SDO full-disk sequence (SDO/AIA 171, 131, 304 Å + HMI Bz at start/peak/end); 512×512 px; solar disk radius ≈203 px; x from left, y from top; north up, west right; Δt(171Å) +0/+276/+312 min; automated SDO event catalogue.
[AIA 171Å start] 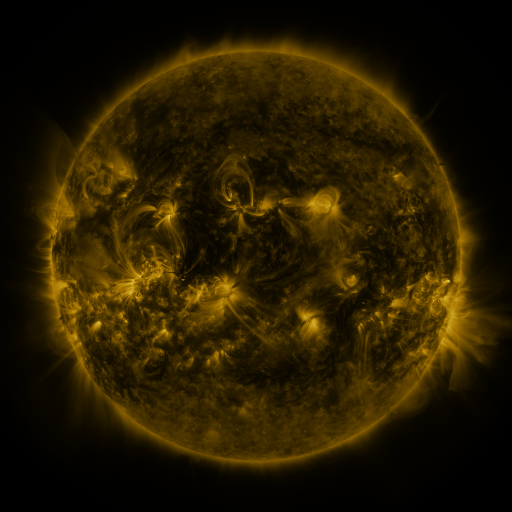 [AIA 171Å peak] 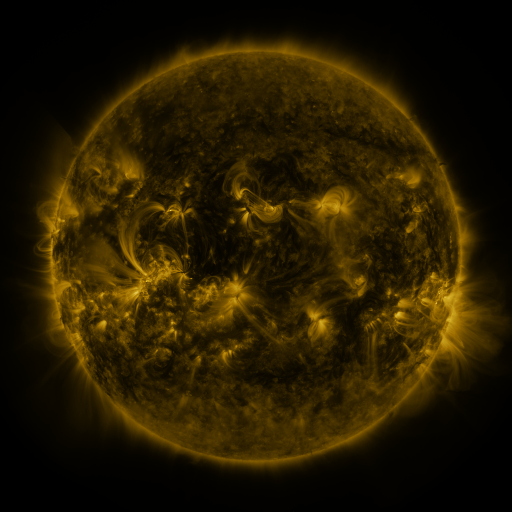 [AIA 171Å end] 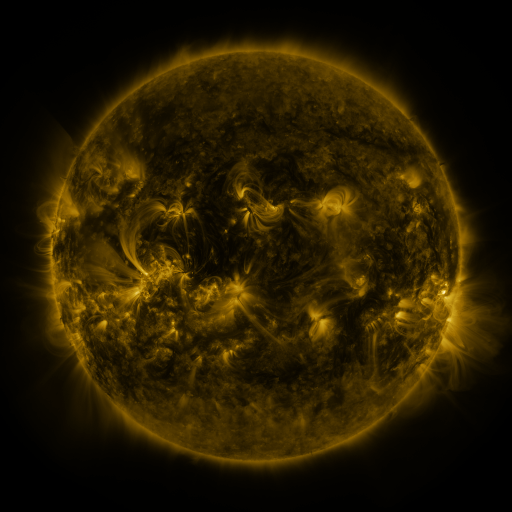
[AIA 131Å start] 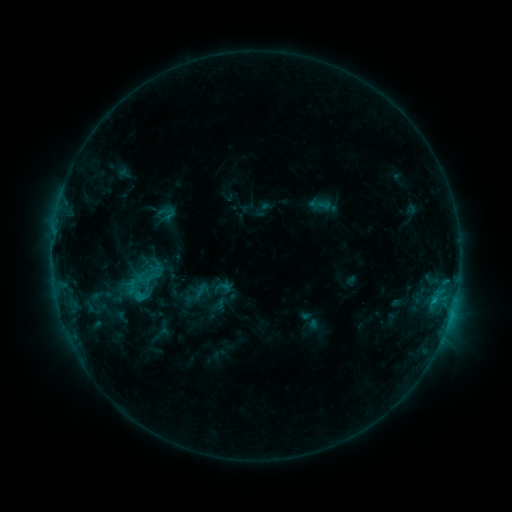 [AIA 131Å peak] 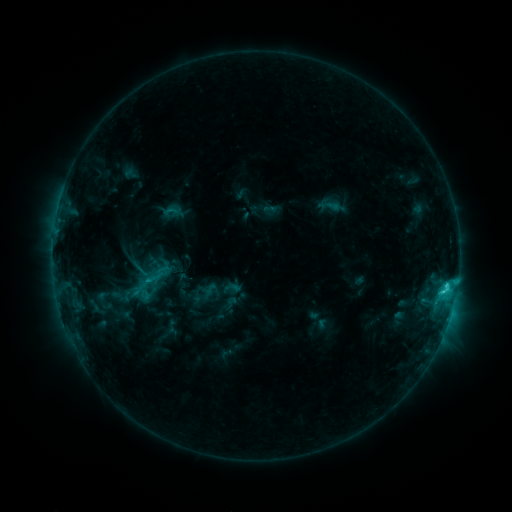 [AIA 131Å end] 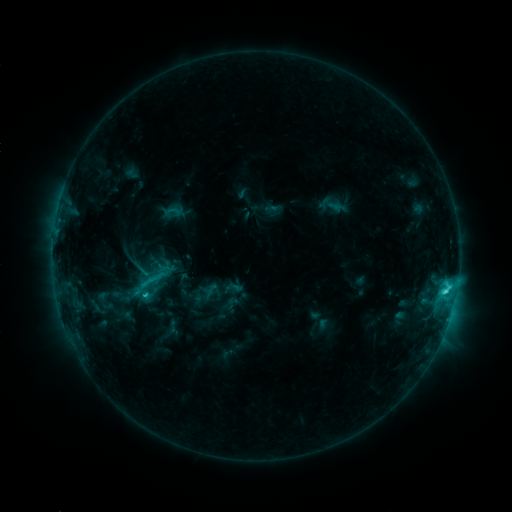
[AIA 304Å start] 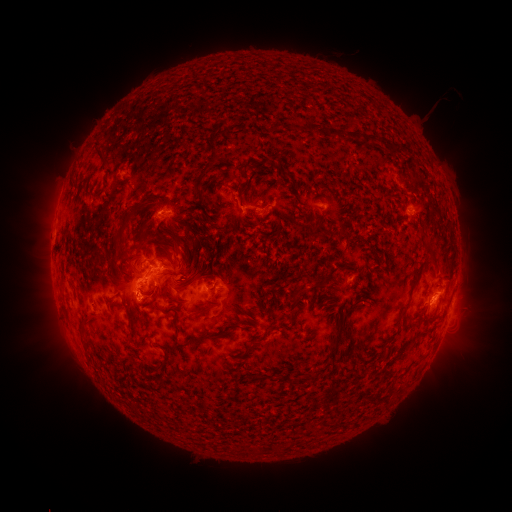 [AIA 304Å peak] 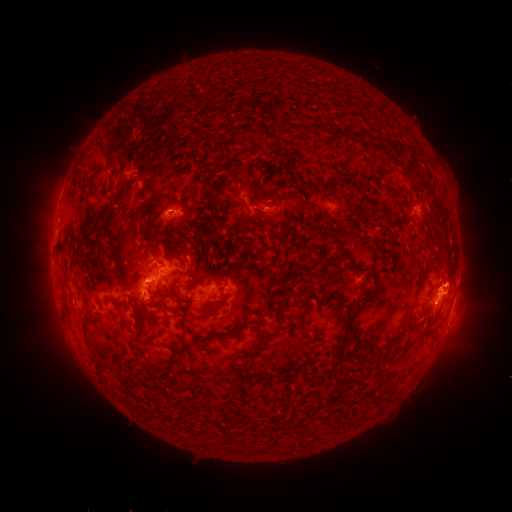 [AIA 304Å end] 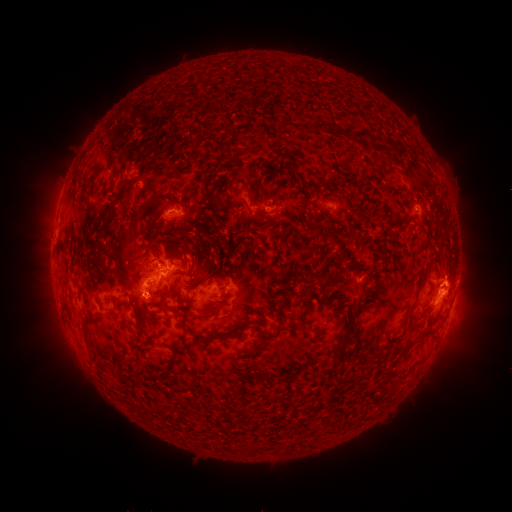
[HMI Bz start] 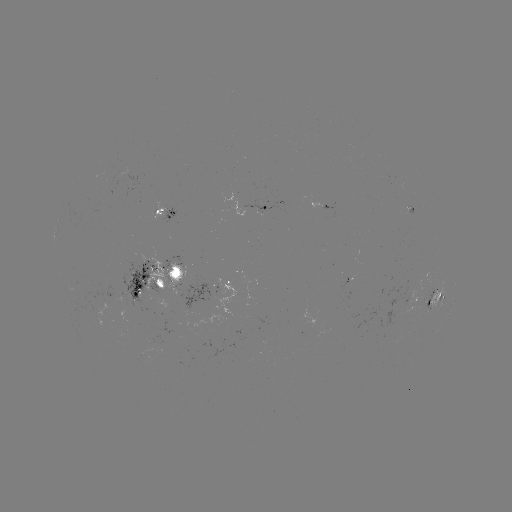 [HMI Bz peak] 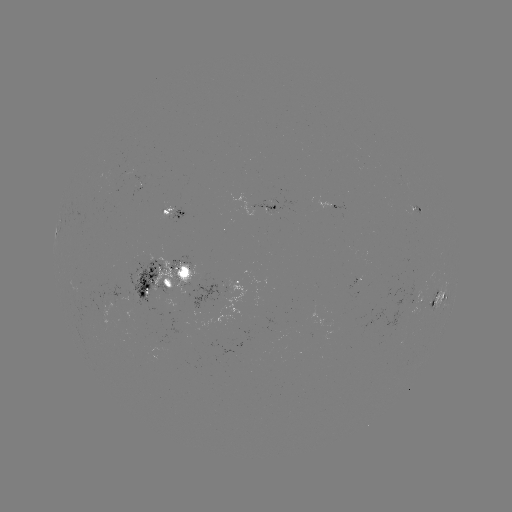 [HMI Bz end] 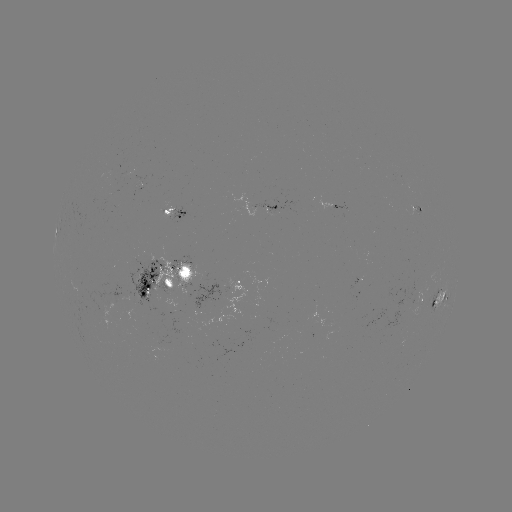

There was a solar emerging-flux region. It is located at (138, 188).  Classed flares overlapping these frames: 1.